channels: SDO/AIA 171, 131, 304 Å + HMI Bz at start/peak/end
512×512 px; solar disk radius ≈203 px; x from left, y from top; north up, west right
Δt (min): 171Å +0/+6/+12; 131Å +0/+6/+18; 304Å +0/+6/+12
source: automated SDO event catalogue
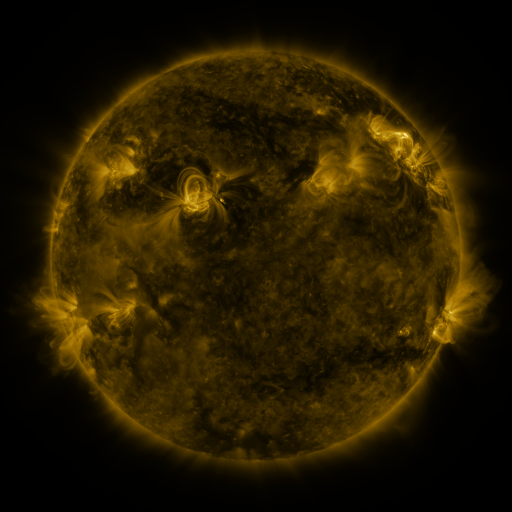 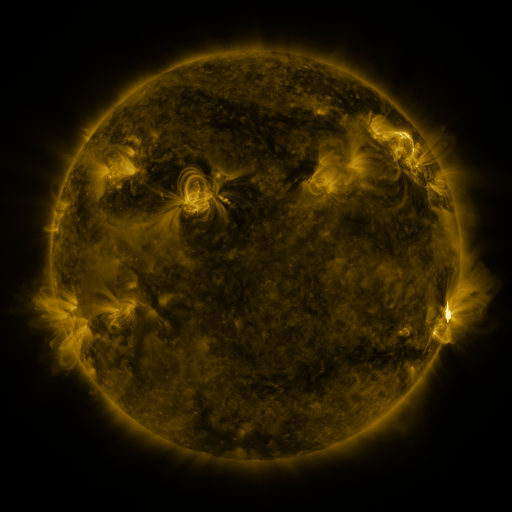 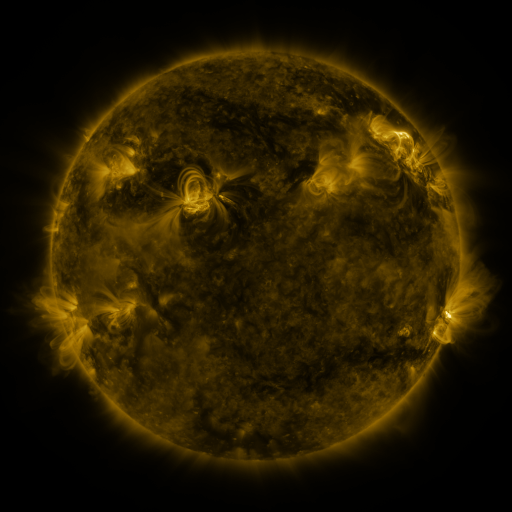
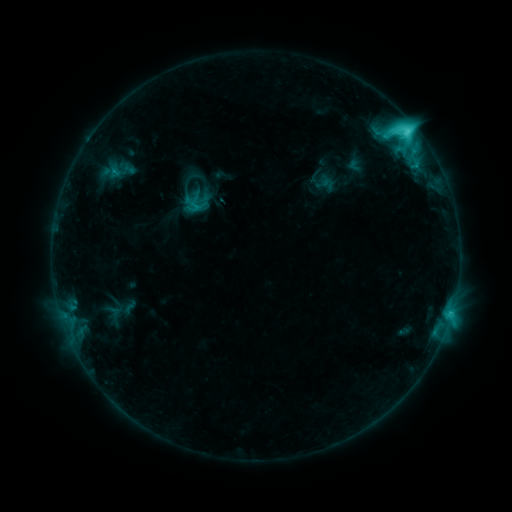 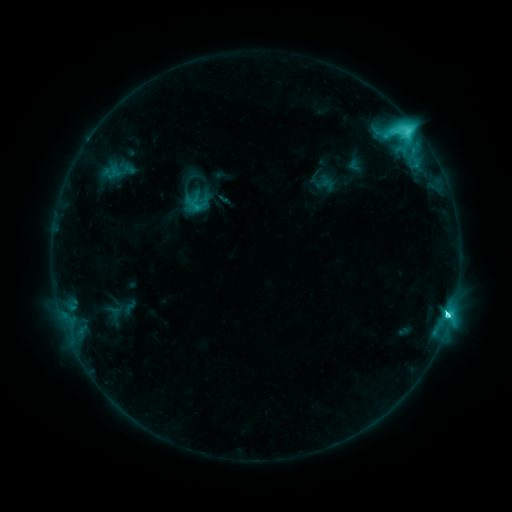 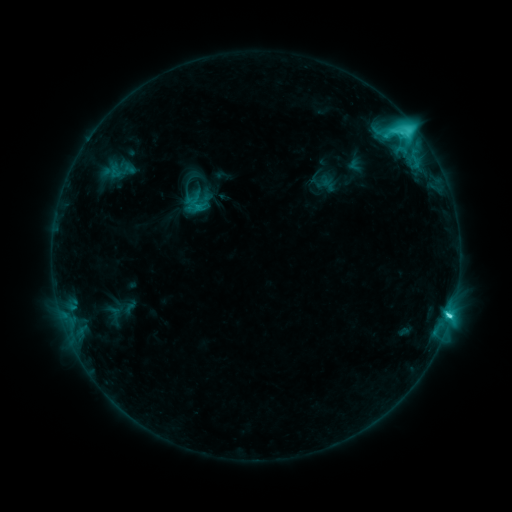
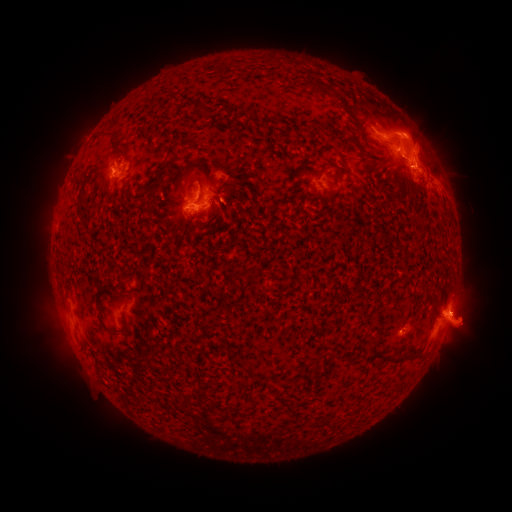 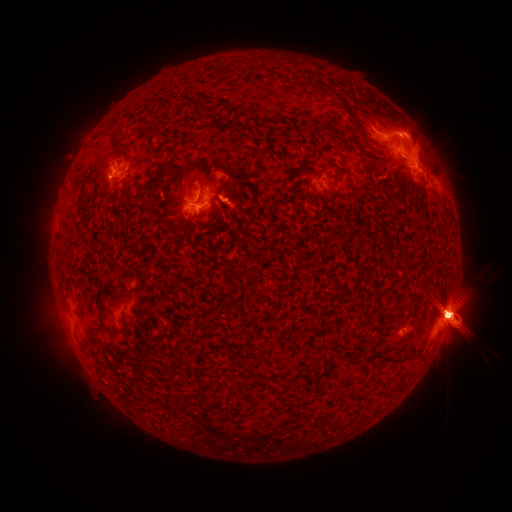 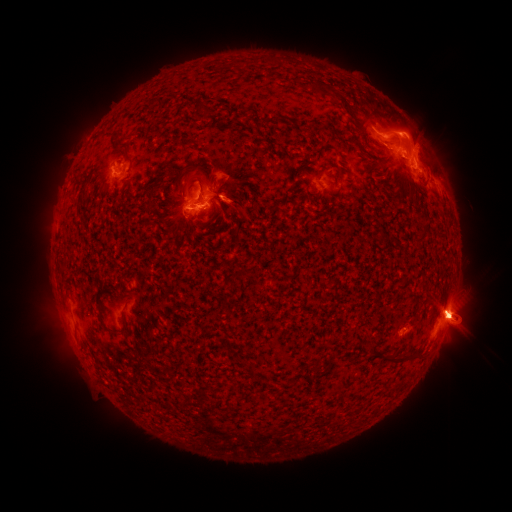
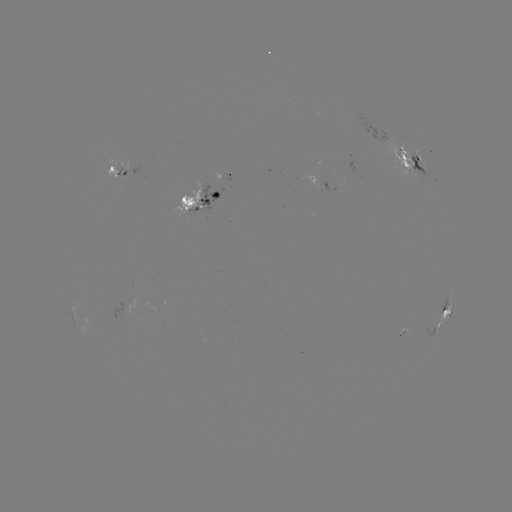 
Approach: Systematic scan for M1.5 flare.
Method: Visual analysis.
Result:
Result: M1.5 flare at [448, 311].